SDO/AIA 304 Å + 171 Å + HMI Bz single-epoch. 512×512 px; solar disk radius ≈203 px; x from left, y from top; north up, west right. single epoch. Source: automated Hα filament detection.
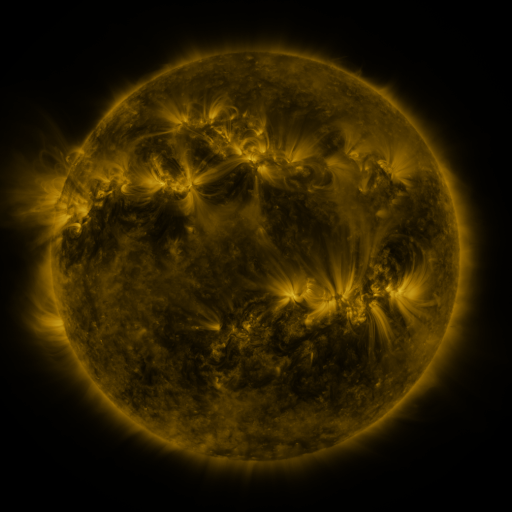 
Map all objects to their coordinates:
filament: [127, 123, 139, 132]
filament: [149, 142, 171, 151]
filament: [188, 142, 198, 150]
filament: [262, 153, 315, 184]
filament: [70, 212, 77, 228]
filament: [124, 225, 138, 237]
filament: [355, 238, 378, 254]
filament: [302, 273, 310, 284]
filament: [315, 279, 322, 293]
filament: [297, 284, 303, 296]
filament: [236, 300, 257, 332]
filament: [262, 302, 272, 318]
filament: [308, 306, 317, 317]
filament: [359, 318, 367, 327]
filament: [393, 321, 401, 334]
filament: [276, 342, 290, 352]
filament: [221, 344, 232, 362]
filament: [131, 373, 144, 388]
filament: [366, 390, 374, 401]
filament: [123, 392, 135, 404]
